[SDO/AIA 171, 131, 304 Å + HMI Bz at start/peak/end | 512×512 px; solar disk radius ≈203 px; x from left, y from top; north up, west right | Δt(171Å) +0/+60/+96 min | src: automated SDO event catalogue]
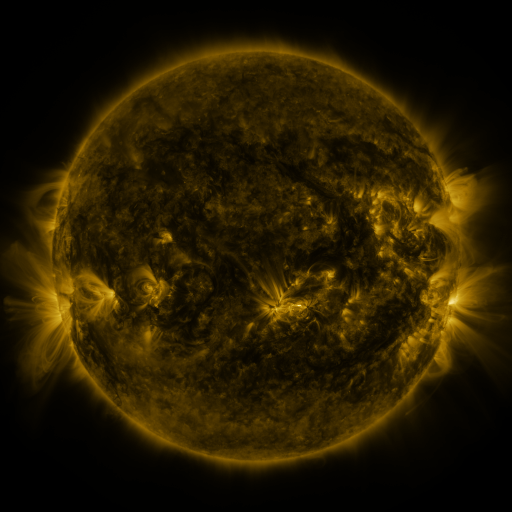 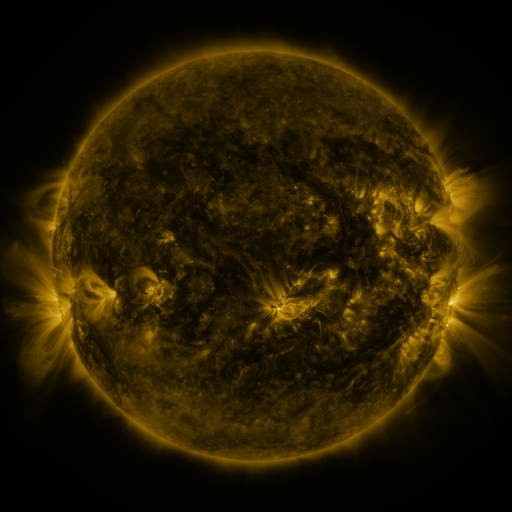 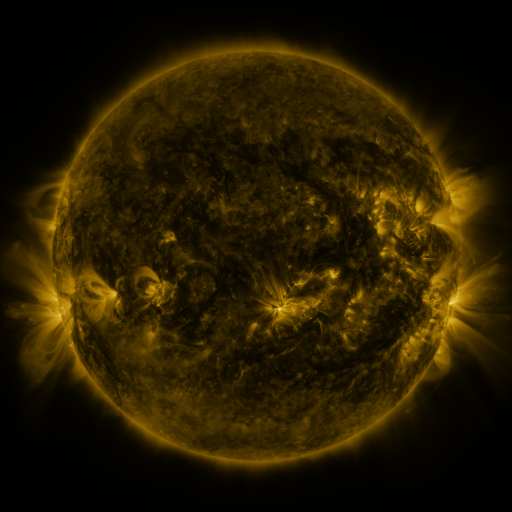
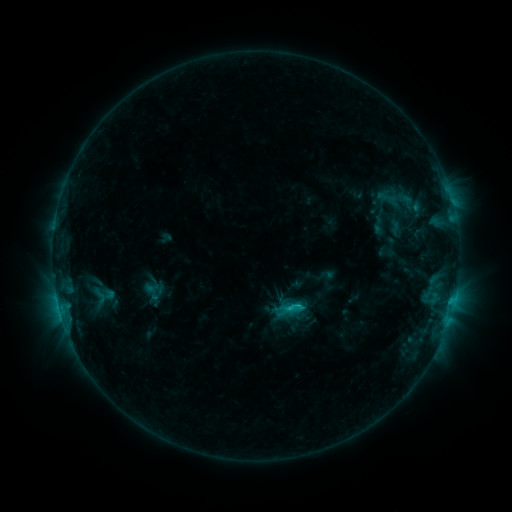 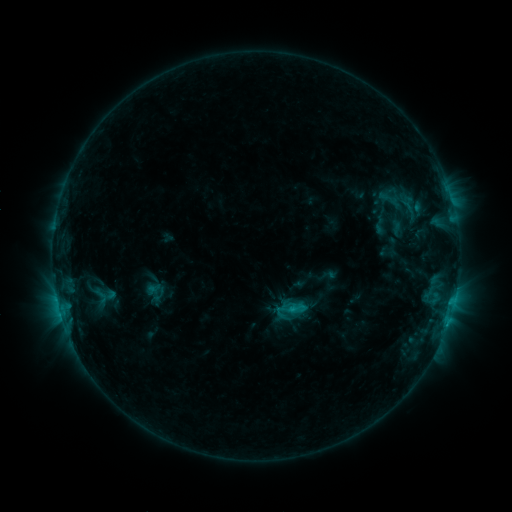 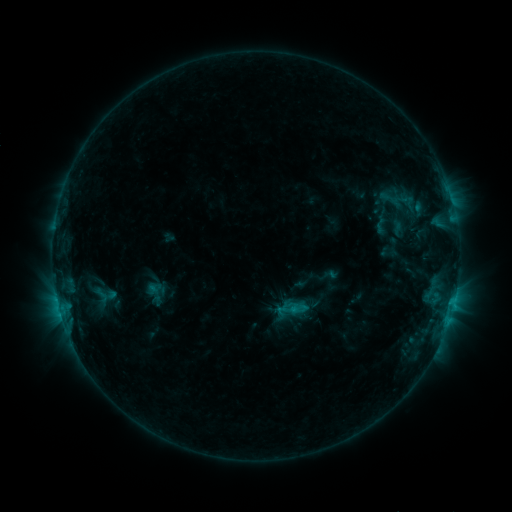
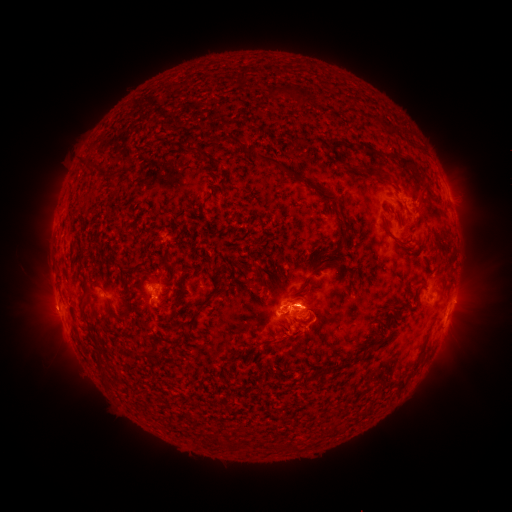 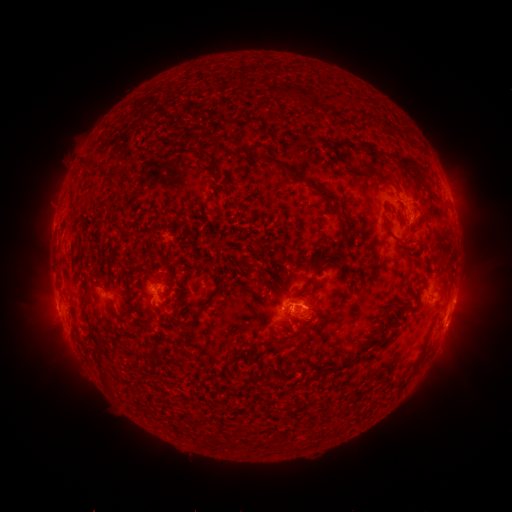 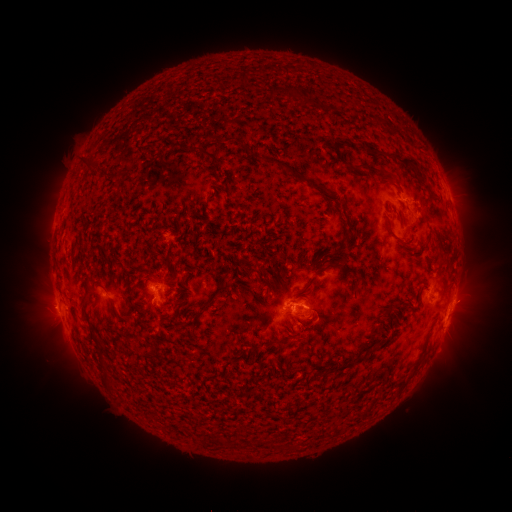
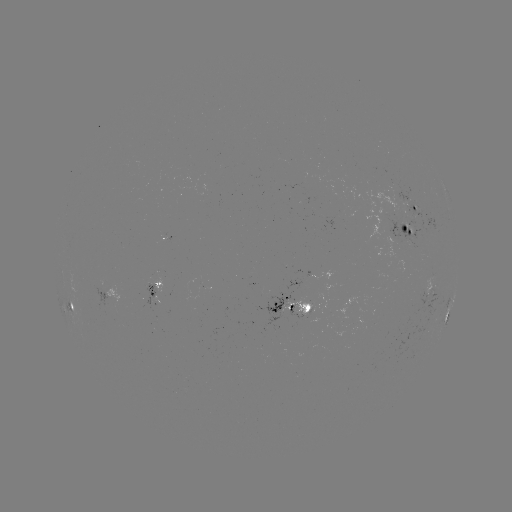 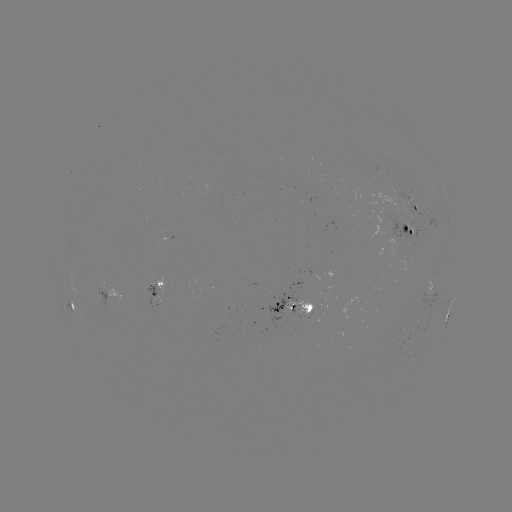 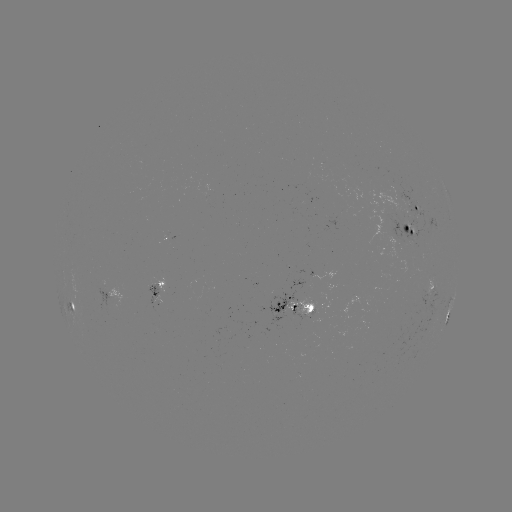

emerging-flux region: [362, 185, 405, 216]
